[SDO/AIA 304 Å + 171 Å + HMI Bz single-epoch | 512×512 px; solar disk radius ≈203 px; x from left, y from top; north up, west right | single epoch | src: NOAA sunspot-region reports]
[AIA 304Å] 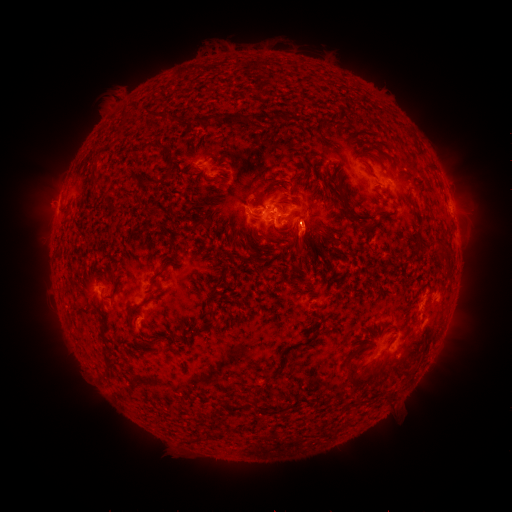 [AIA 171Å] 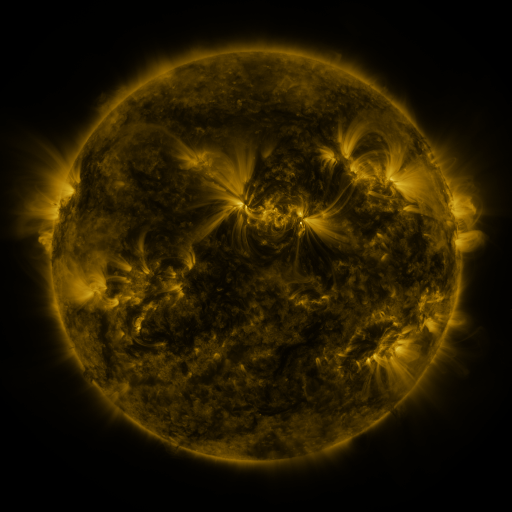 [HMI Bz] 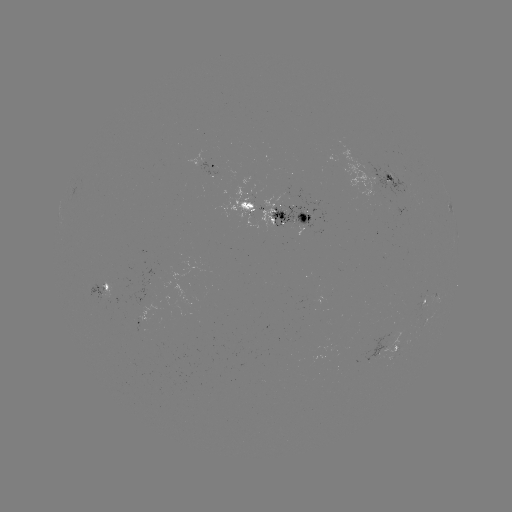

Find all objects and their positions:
spotted active region: (207, 162)
spotted active region: (390, 182)
spotted active region: (273, 211)
spotted active region: (100, 284)
spotted active region: (429, 301)
spotted active region: (395, 348)
